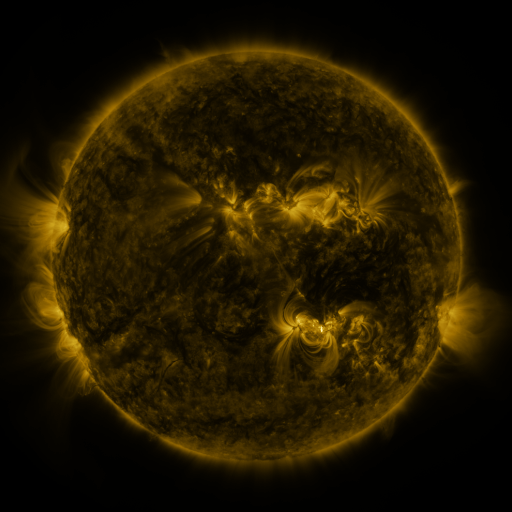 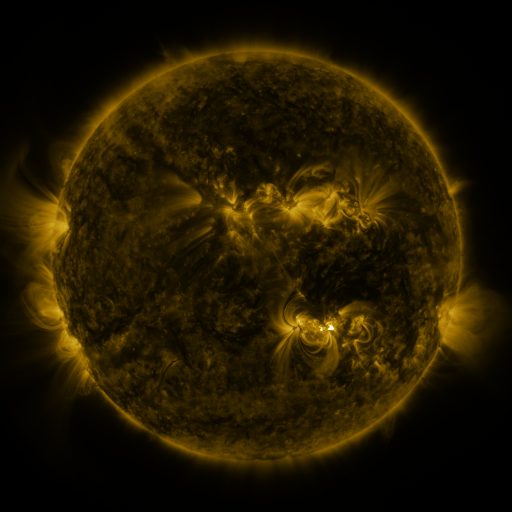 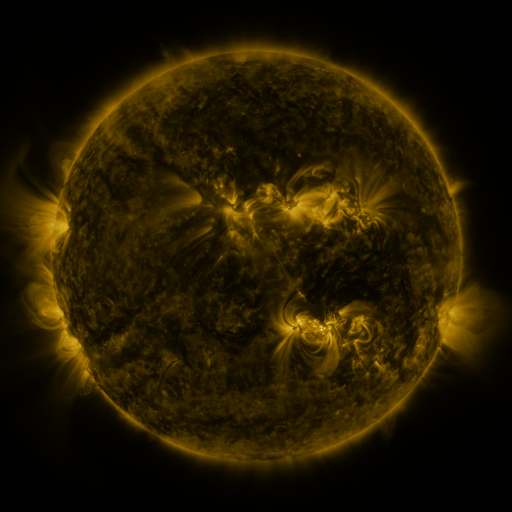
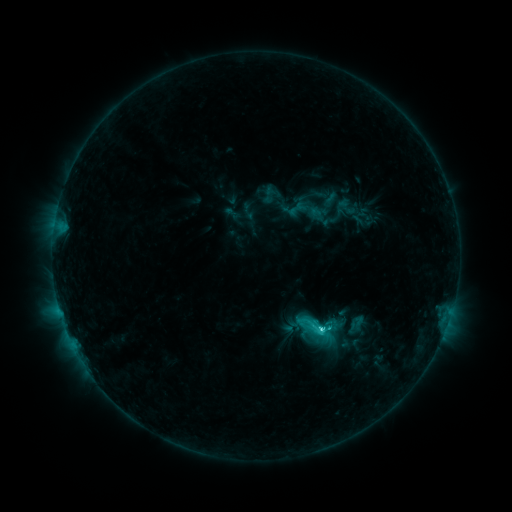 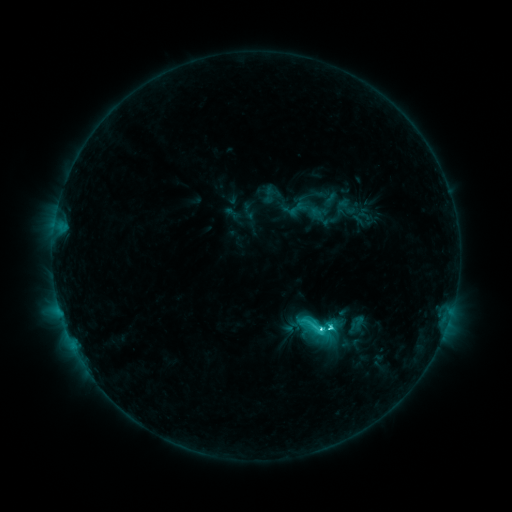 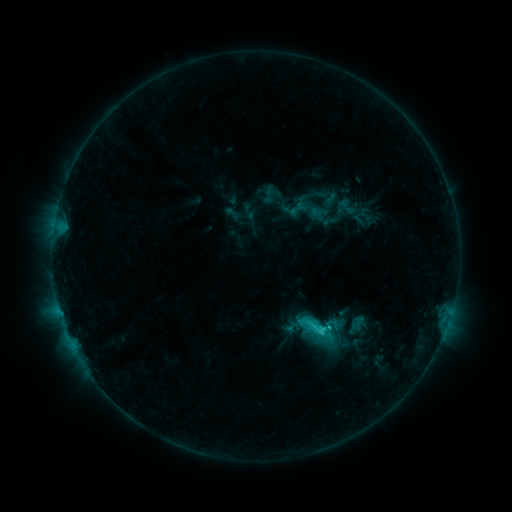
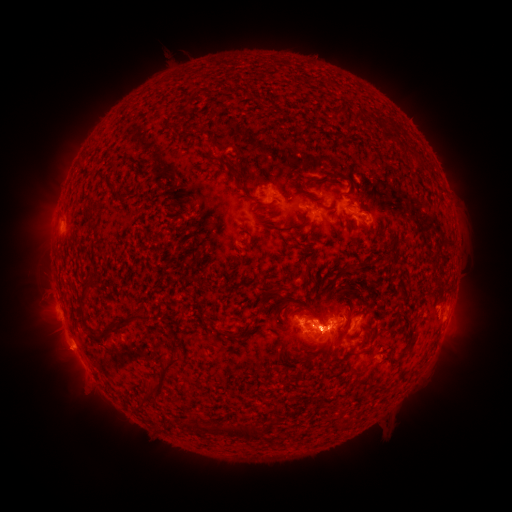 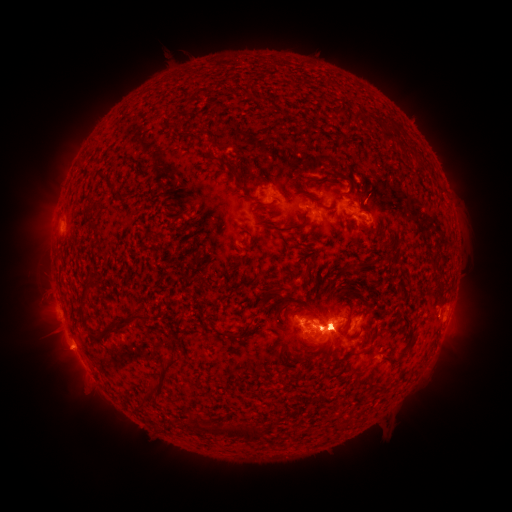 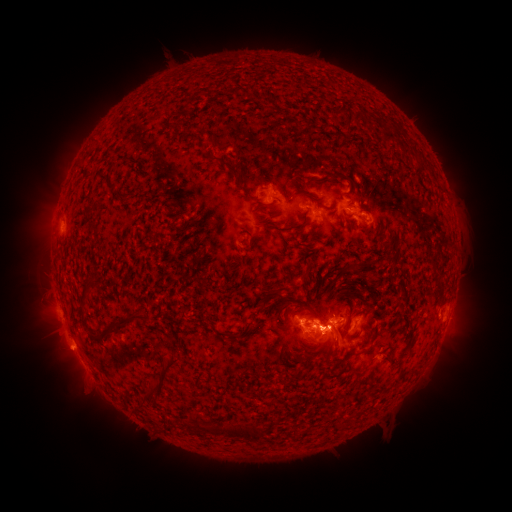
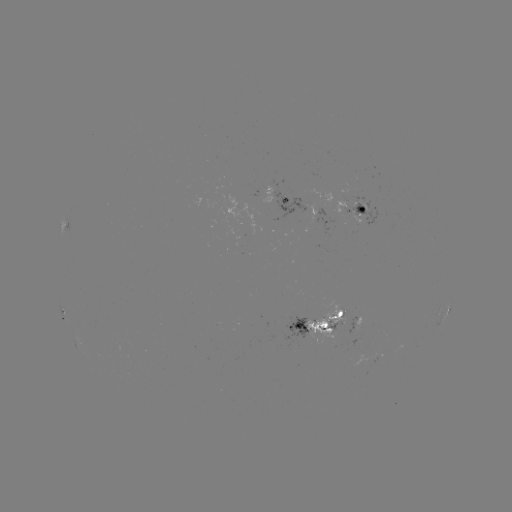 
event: eruption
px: (66, 342)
